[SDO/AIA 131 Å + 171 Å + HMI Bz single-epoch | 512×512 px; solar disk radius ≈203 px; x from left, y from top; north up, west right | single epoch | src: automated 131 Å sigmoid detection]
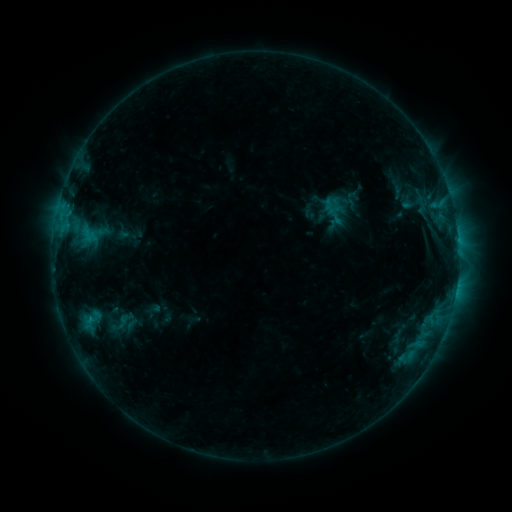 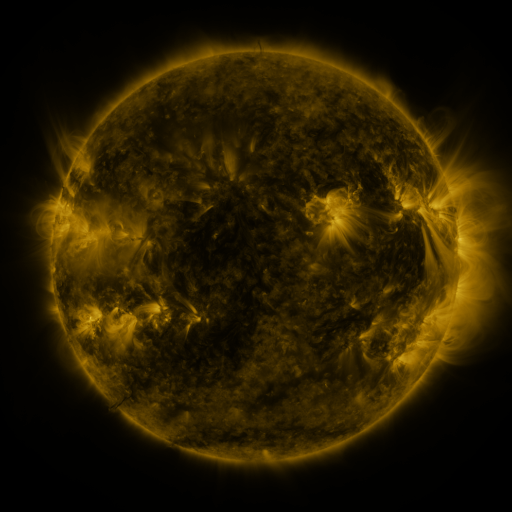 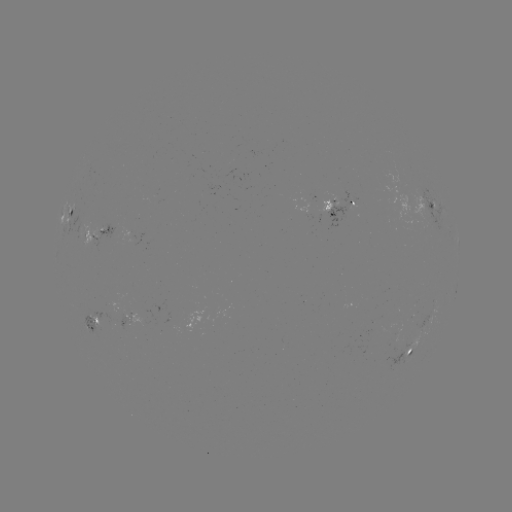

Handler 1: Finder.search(sigmoid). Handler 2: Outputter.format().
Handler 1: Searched sigmoid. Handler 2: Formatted (123, 320).